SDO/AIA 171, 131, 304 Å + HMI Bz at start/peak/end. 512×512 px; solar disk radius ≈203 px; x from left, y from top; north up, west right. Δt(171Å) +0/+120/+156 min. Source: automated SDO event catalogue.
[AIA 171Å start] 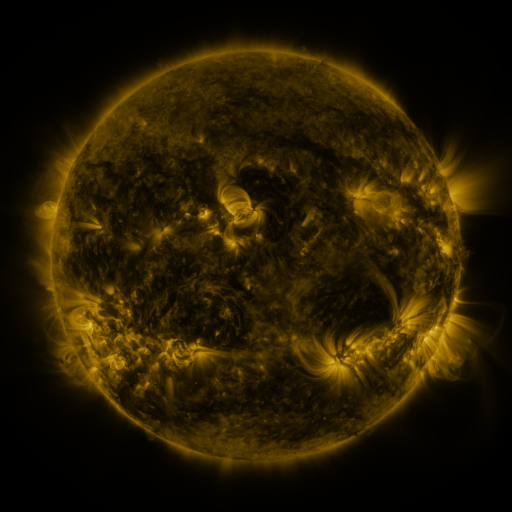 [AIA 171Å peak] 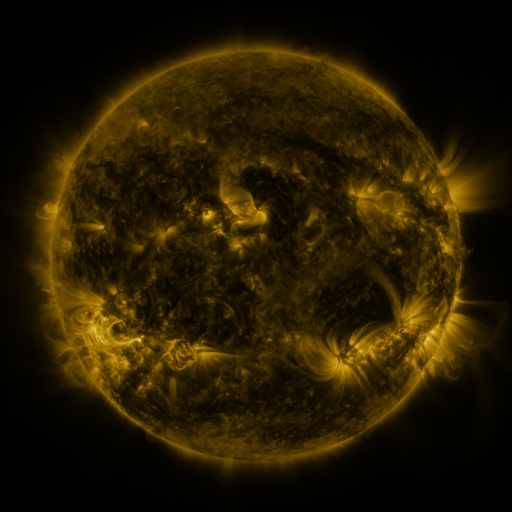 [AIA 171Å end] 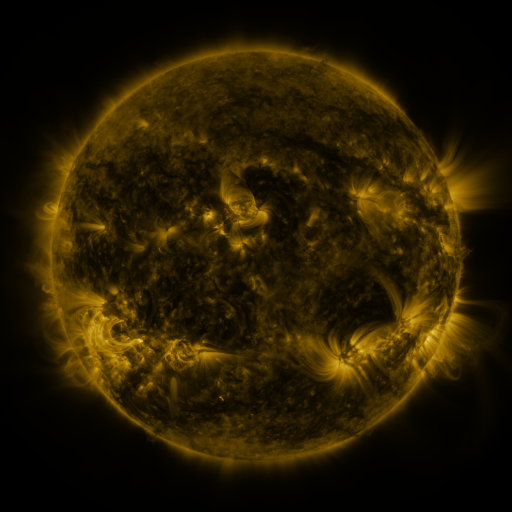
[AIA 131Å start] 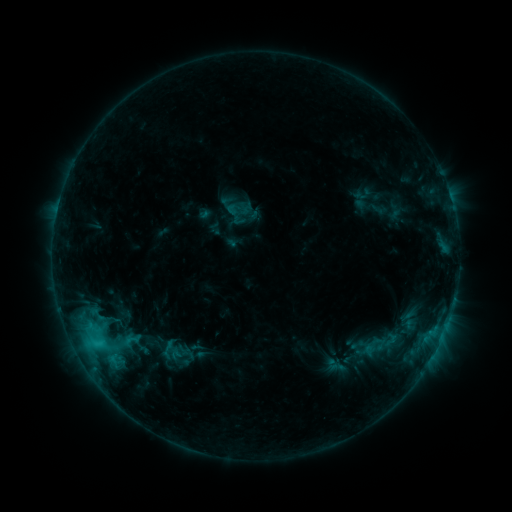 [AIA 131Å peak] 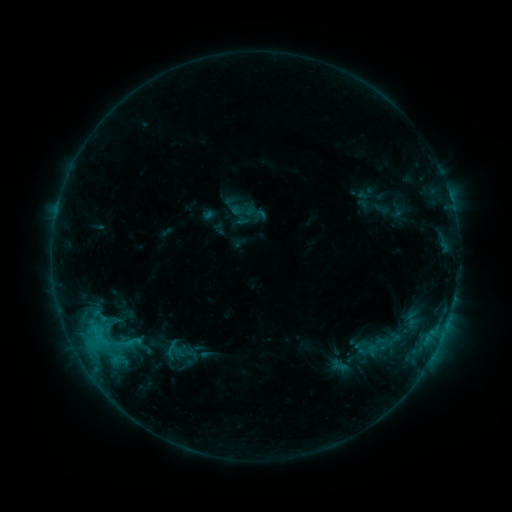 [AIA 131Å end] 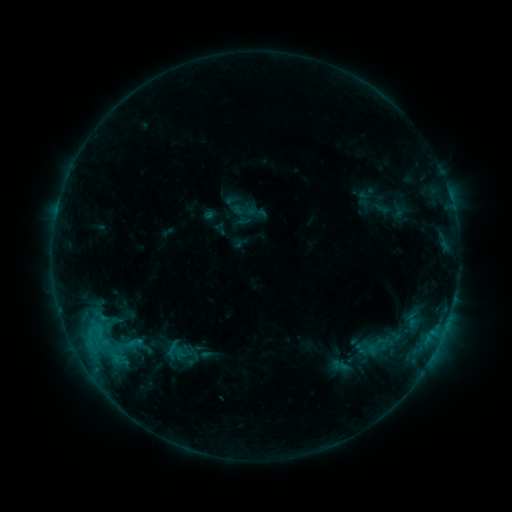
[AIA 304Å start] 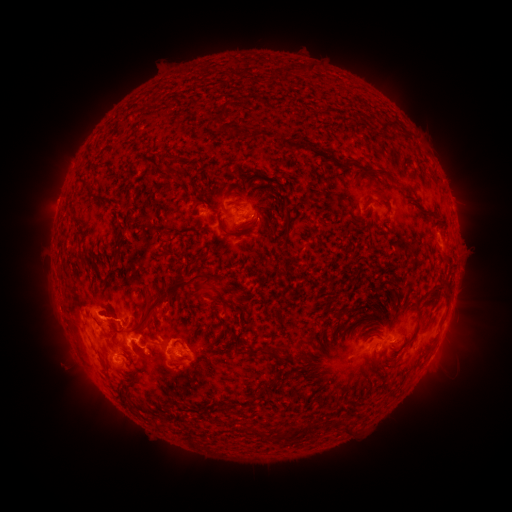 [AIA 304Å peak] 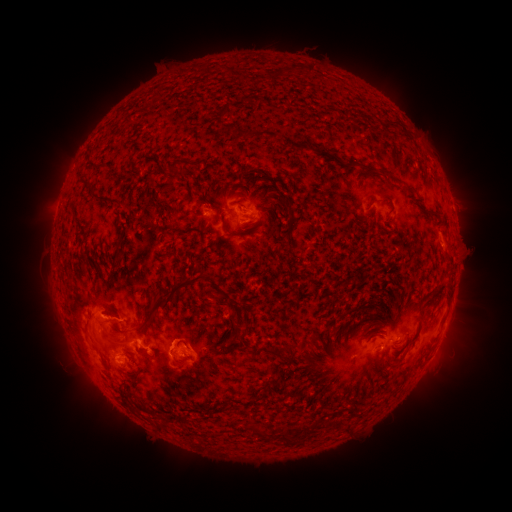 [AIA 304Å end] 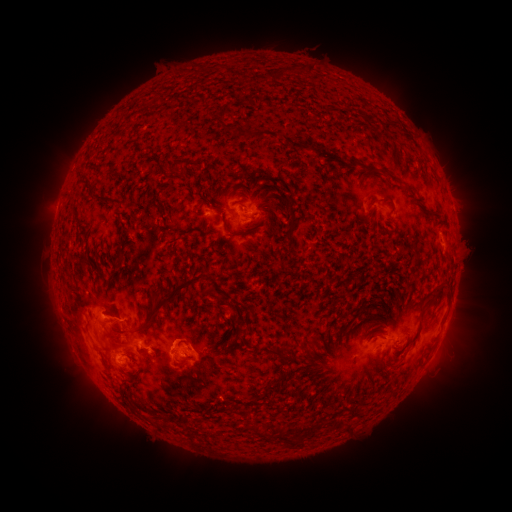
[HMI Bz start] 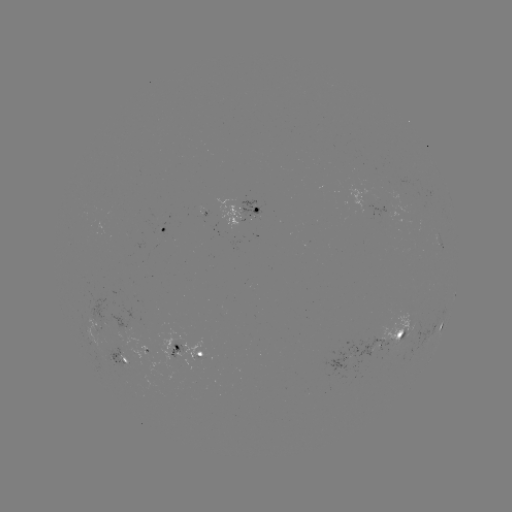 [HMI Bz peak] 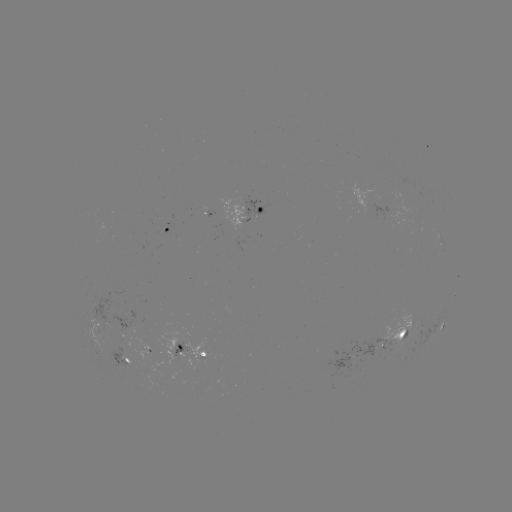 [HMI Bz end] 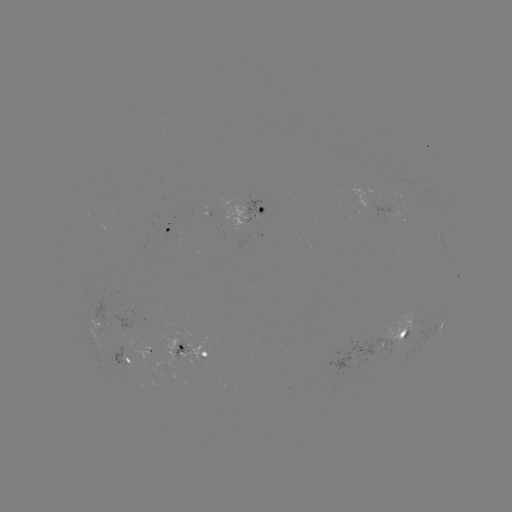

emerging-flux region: [85, 316, 108, 335]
